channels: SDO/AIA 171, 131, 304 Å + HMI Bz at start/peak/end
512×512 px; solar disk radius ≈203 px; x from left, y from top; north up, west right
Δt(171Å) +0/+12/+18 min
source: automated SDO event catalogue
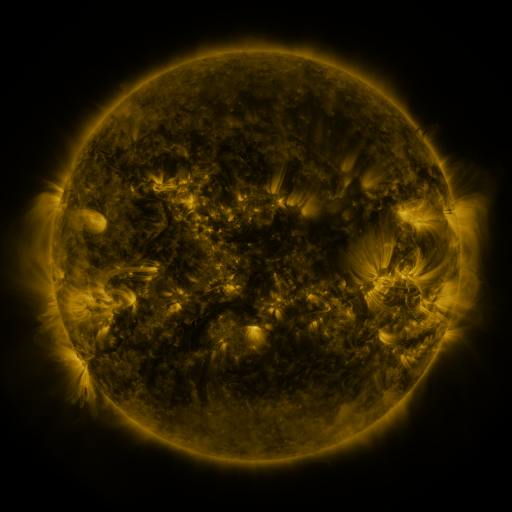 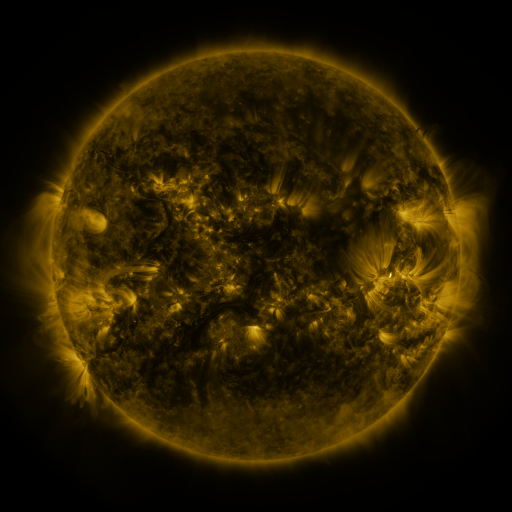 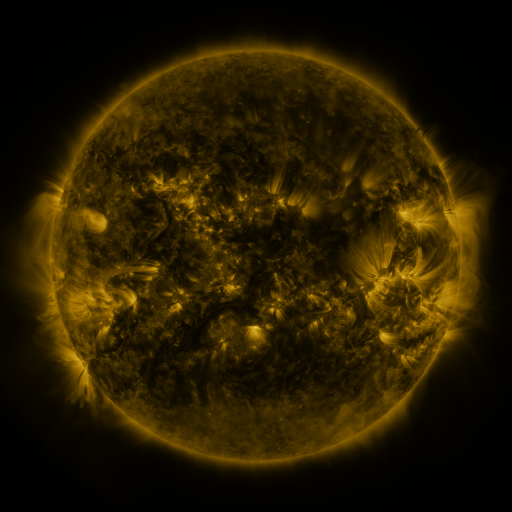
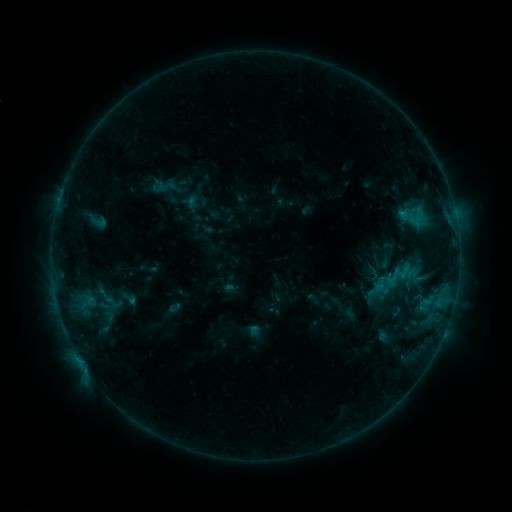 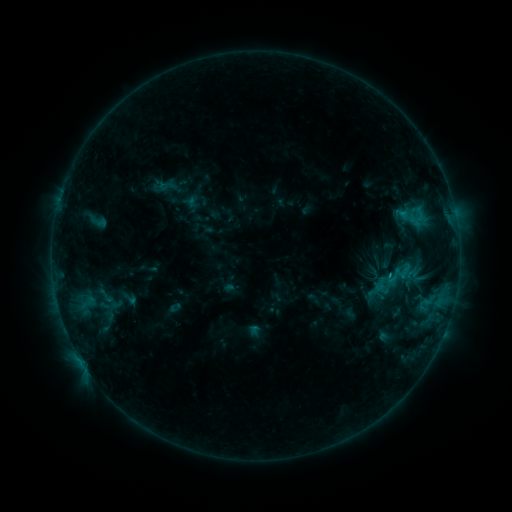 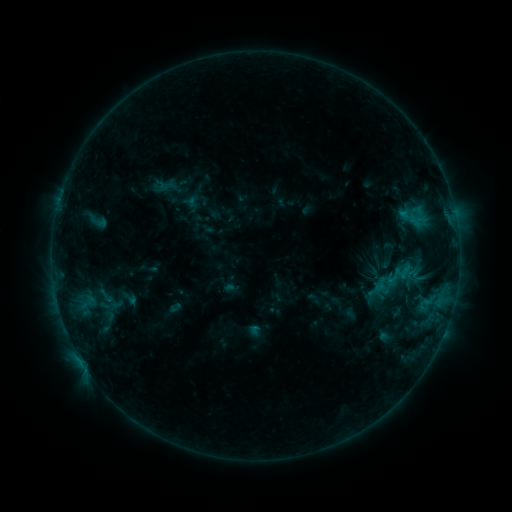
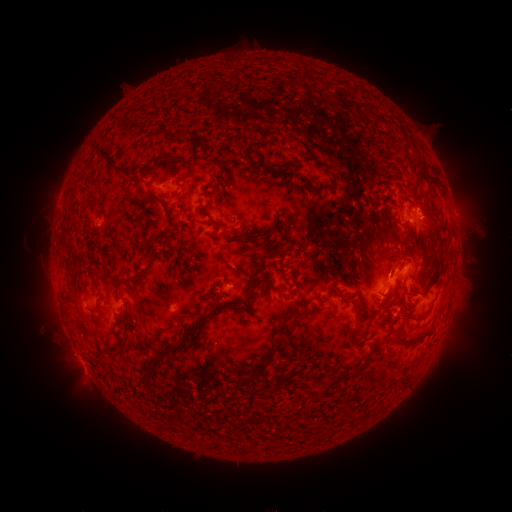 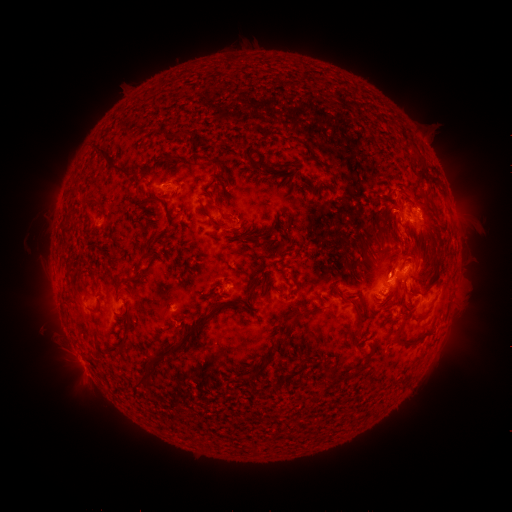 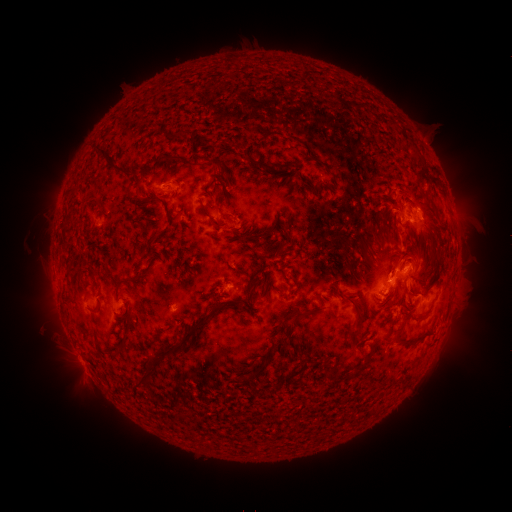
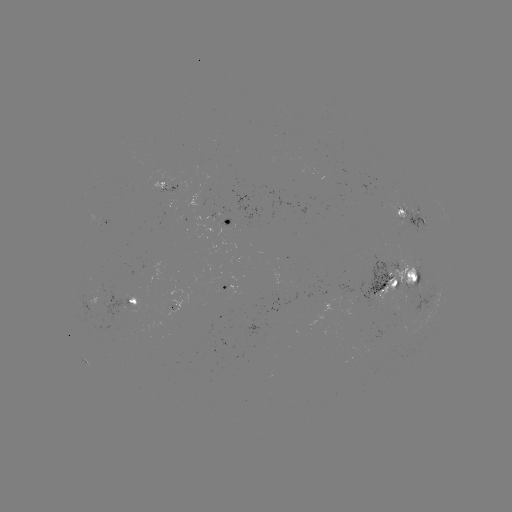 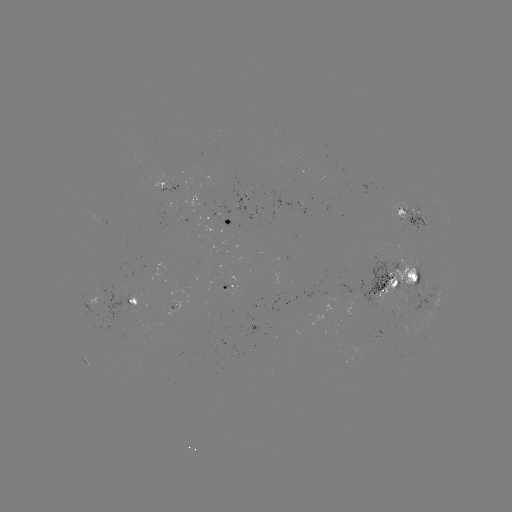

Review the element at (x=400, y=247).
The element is eruption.